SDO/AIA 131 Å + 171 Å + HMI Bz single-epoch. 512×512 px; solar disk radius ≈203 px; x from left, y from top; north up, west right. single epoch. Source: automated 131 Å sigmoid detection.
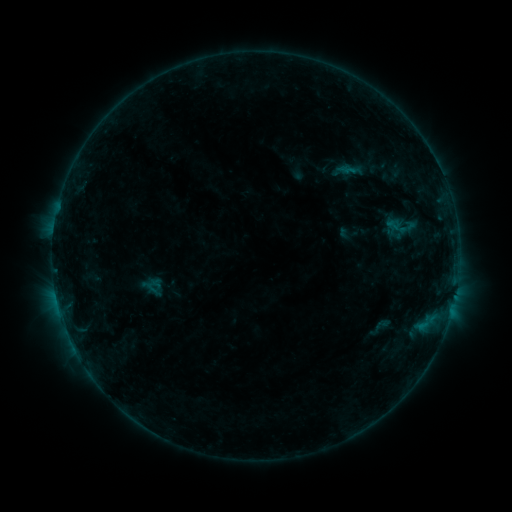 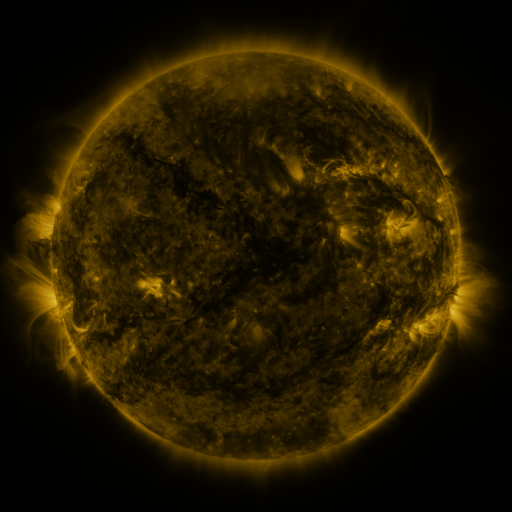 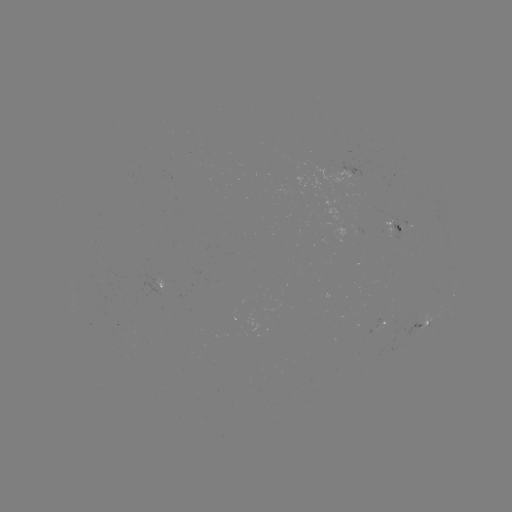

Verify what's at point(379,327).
sigmoid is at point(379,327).